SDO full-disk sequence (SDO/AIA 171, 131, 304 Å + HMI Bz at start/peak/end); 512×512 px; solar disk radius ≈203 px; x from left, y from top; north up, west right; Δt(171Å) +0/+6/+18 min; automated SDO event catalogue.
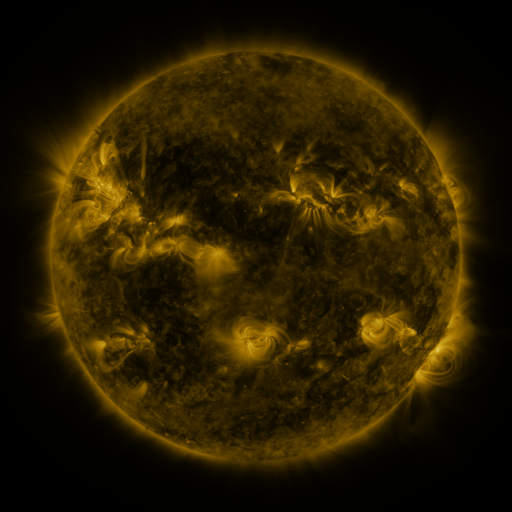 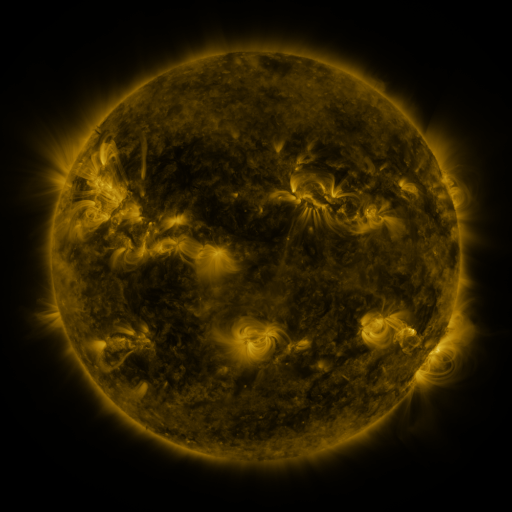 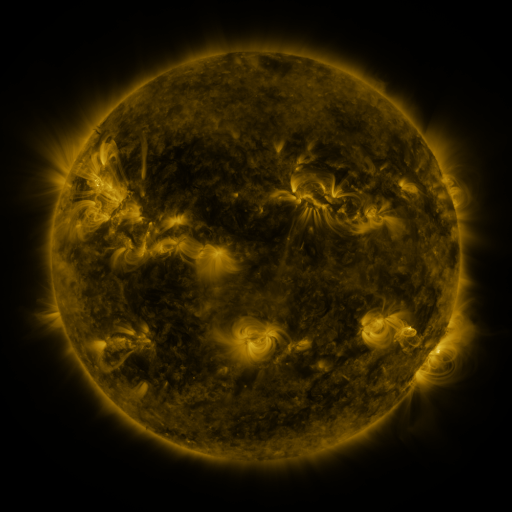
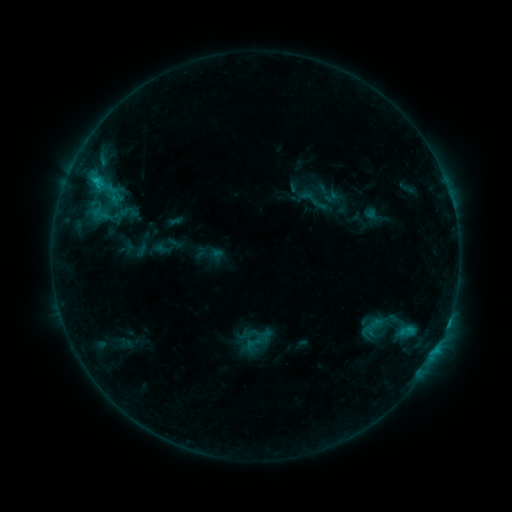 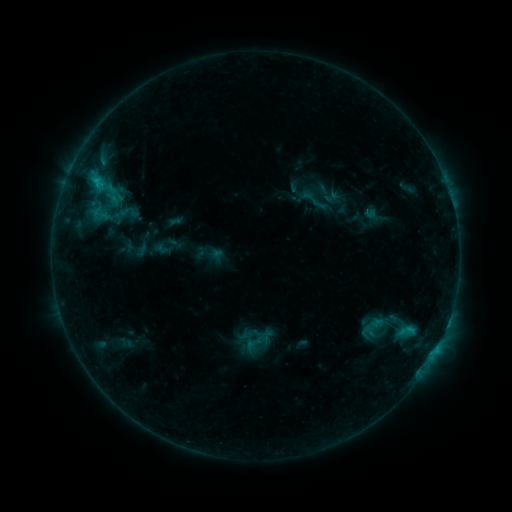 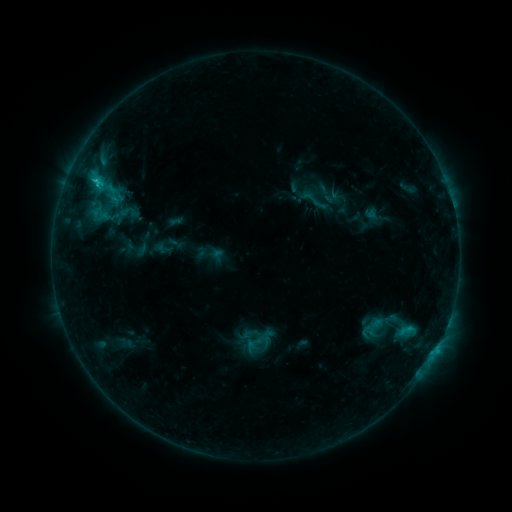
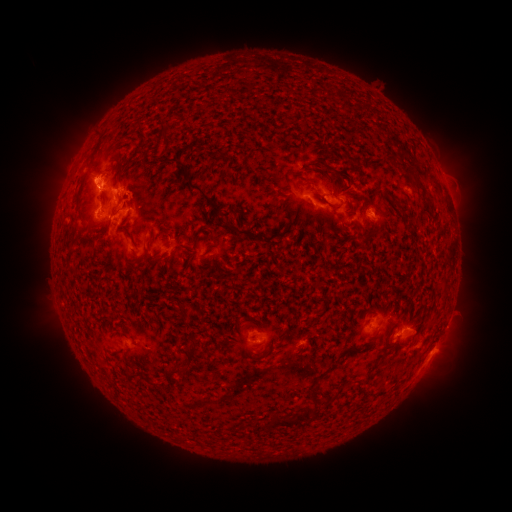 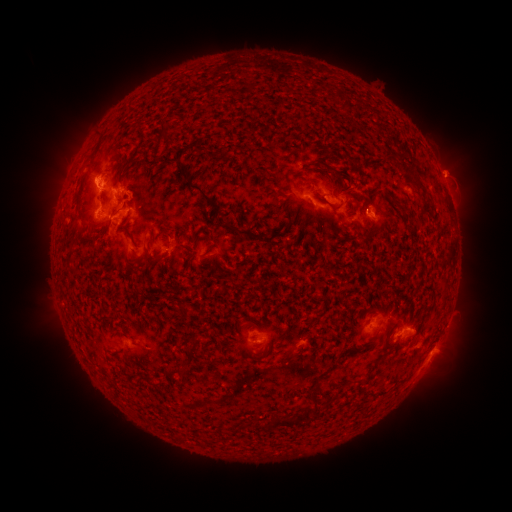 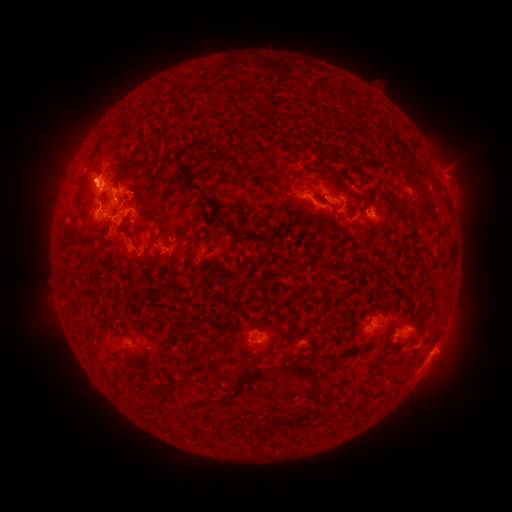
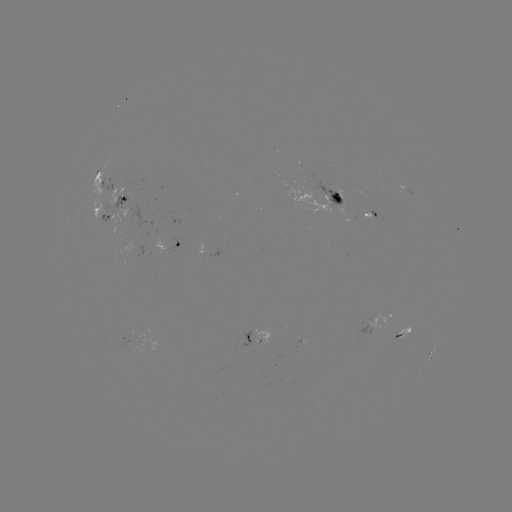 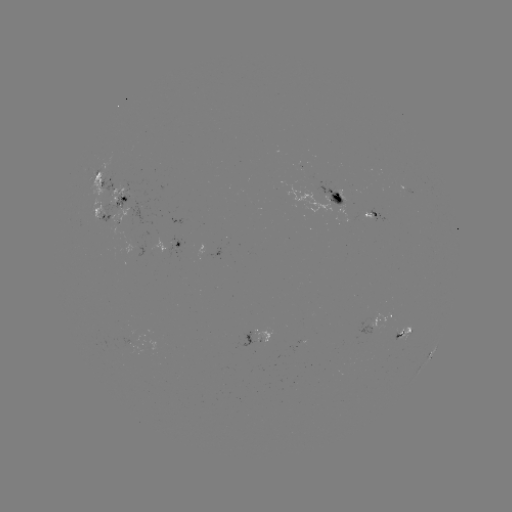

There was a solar eruption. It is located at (452, 173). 